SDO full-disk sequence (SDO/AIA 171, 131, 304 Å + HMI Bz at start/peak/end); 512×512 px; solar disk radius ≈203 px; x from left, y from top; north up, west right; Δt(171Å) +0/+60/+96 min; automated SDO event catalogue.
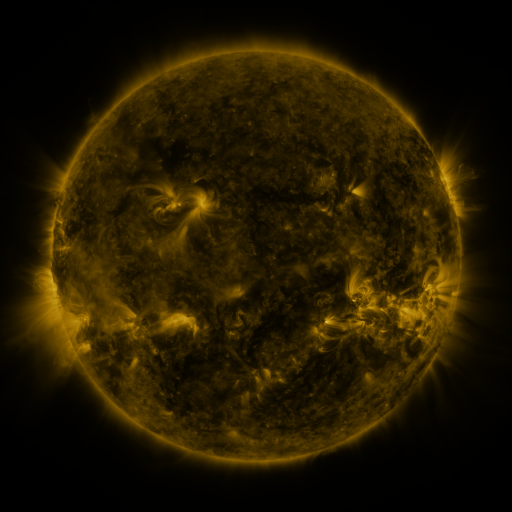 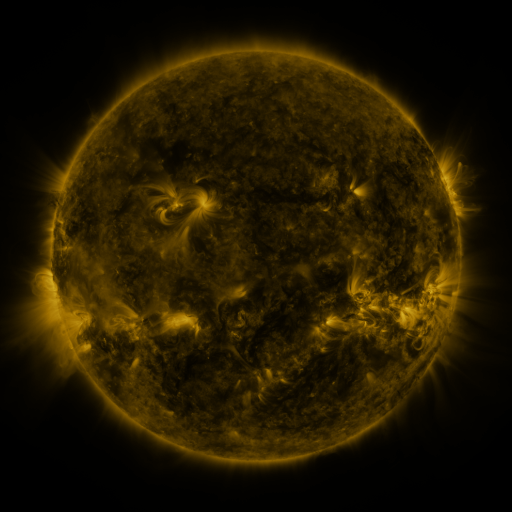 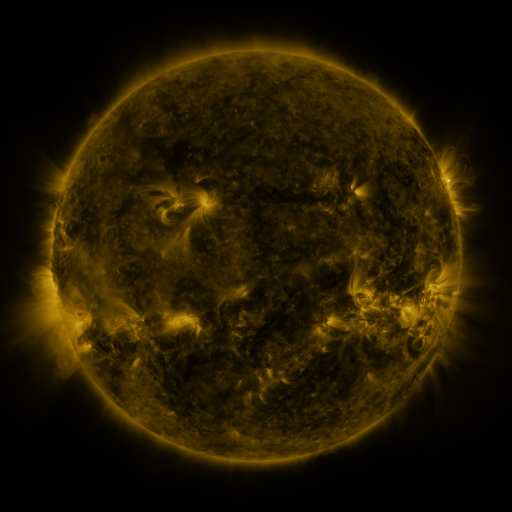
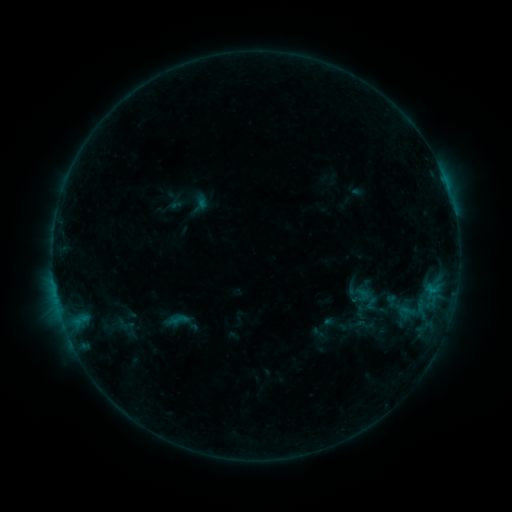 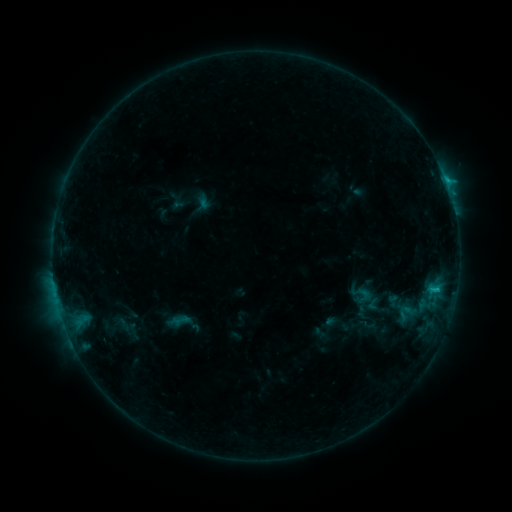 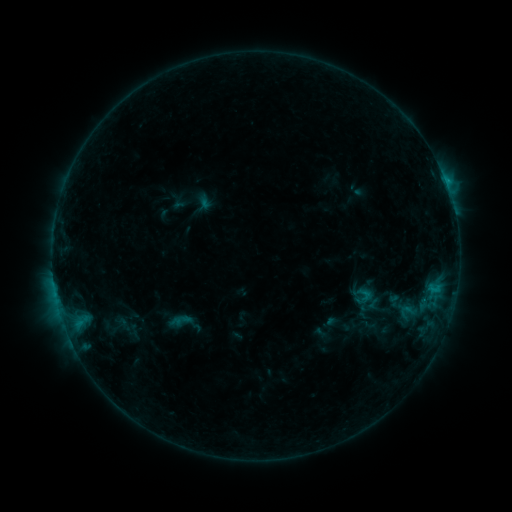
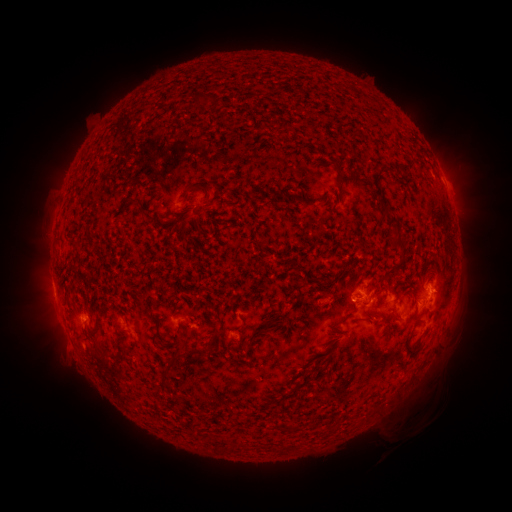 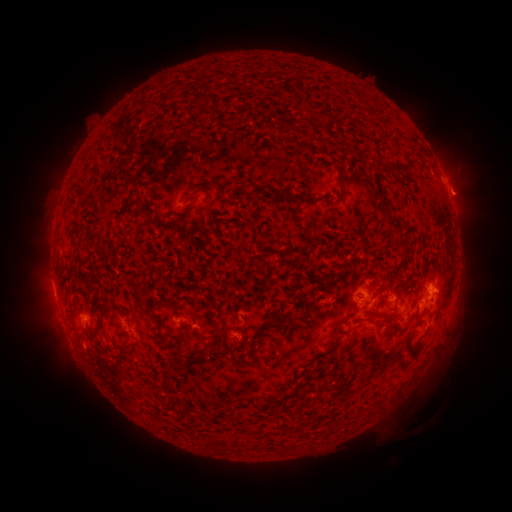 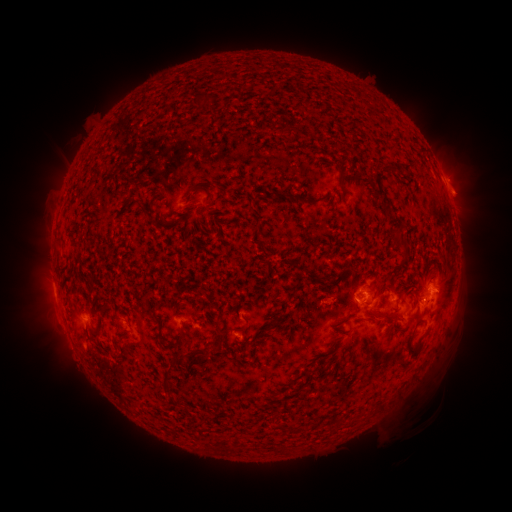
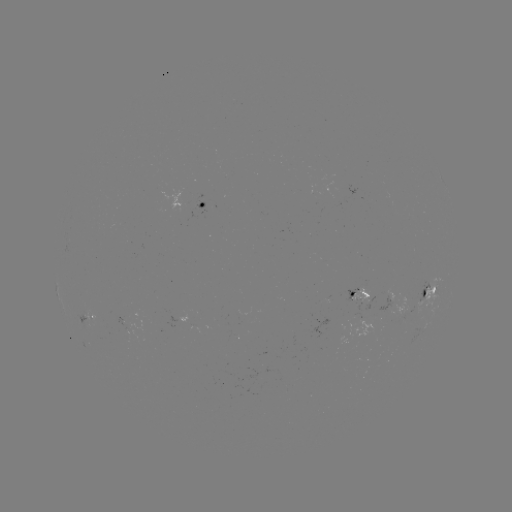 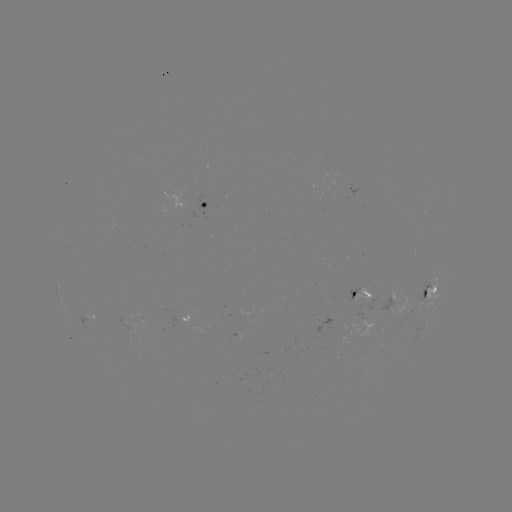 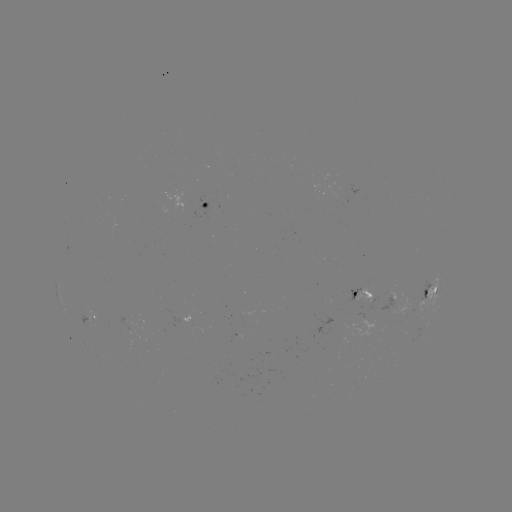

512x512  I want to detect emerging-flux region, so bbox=[314, 319, 348, 345].